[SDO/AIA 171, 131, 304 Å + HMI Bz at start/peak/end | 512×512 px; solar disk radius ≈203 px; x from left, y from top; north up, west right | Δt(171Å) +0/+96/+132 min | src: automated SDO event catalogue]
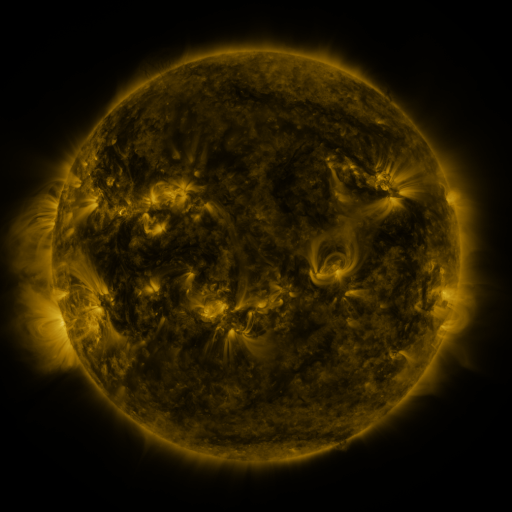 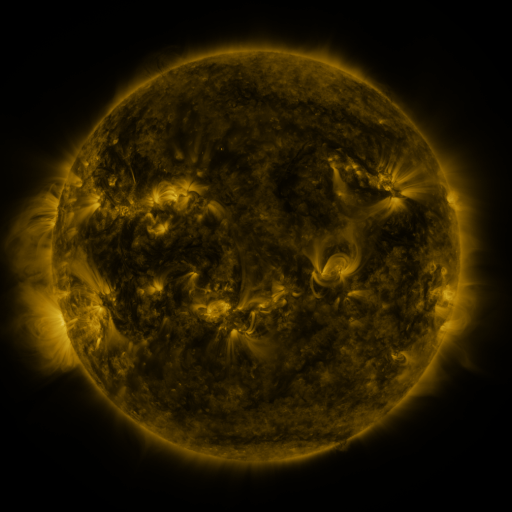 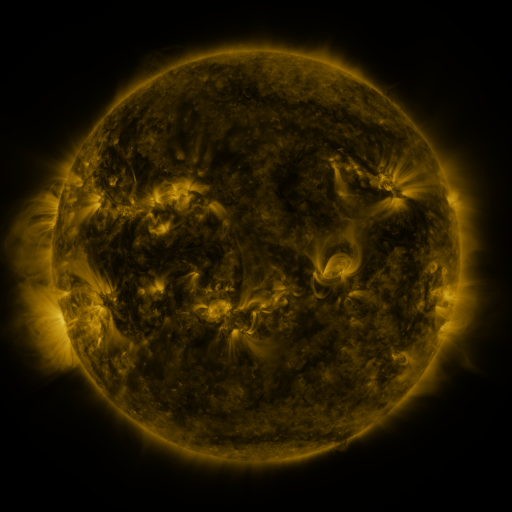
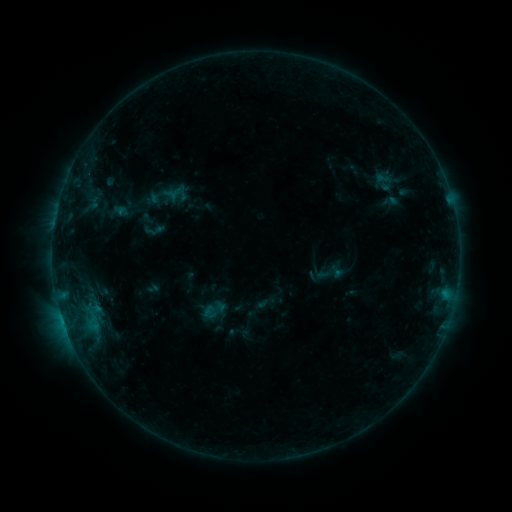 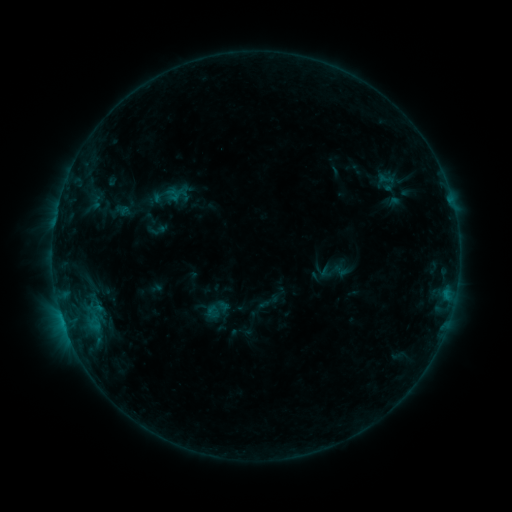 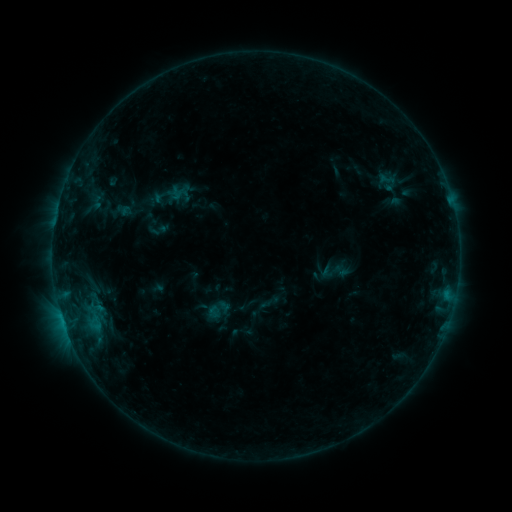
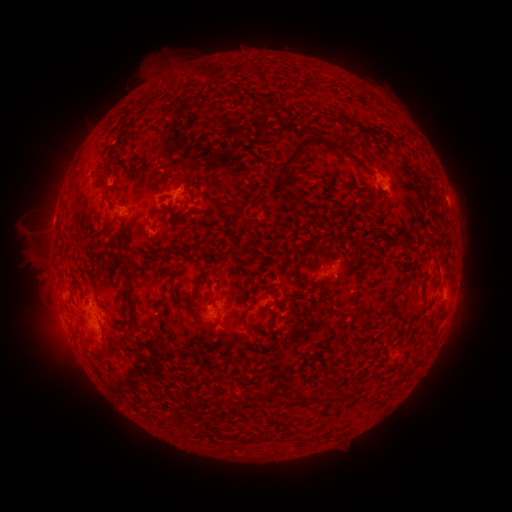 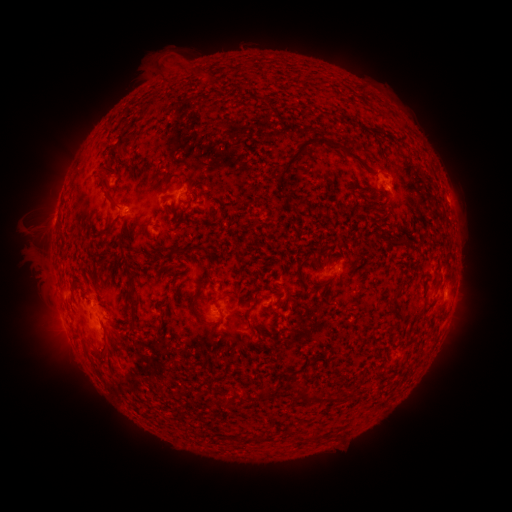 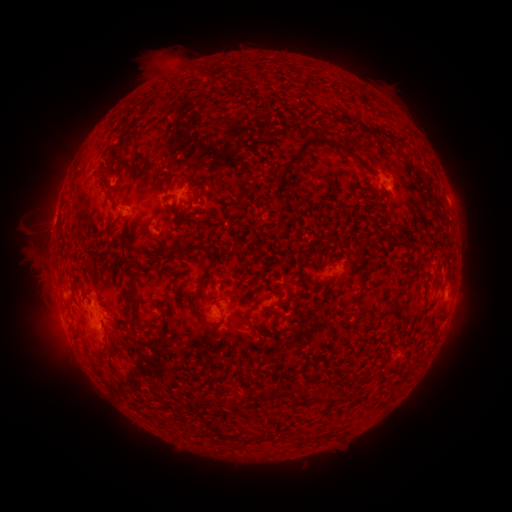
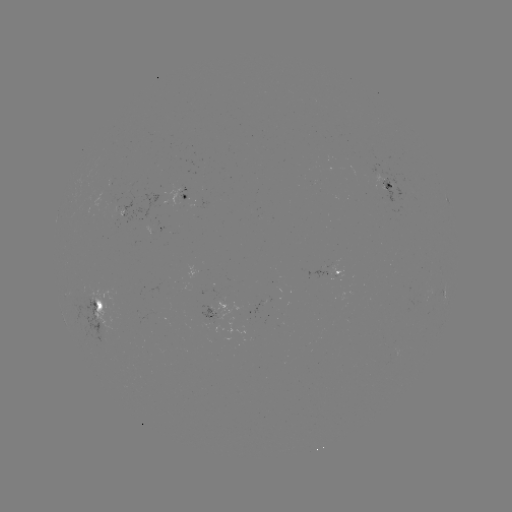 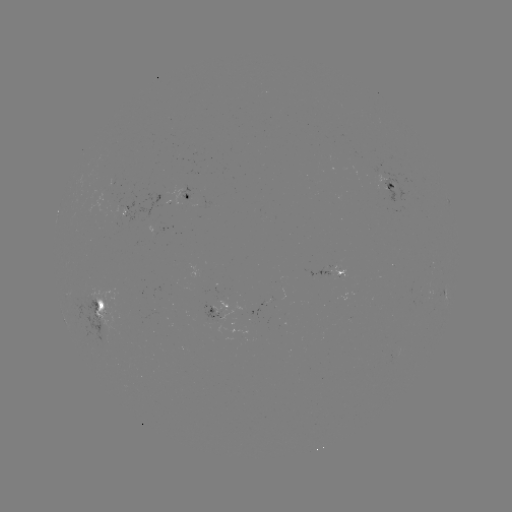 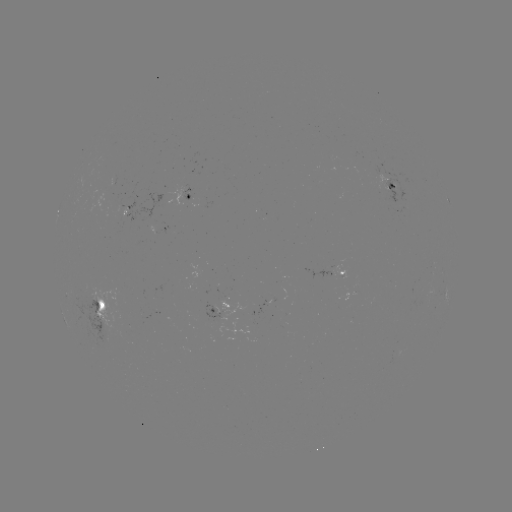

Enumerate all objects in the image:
emerging-flux region: (209, 318)
